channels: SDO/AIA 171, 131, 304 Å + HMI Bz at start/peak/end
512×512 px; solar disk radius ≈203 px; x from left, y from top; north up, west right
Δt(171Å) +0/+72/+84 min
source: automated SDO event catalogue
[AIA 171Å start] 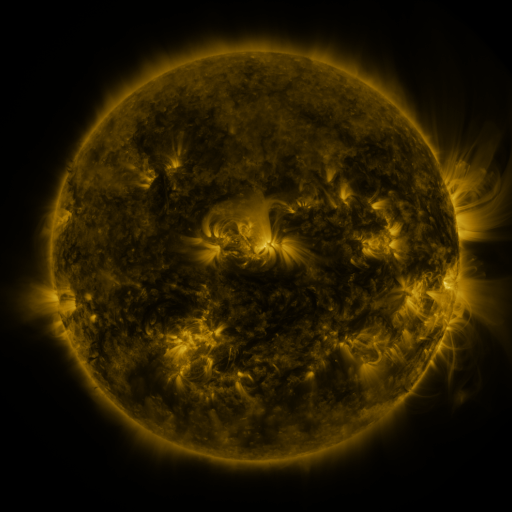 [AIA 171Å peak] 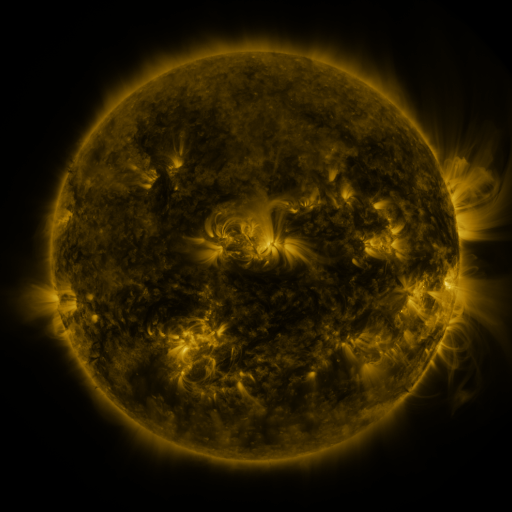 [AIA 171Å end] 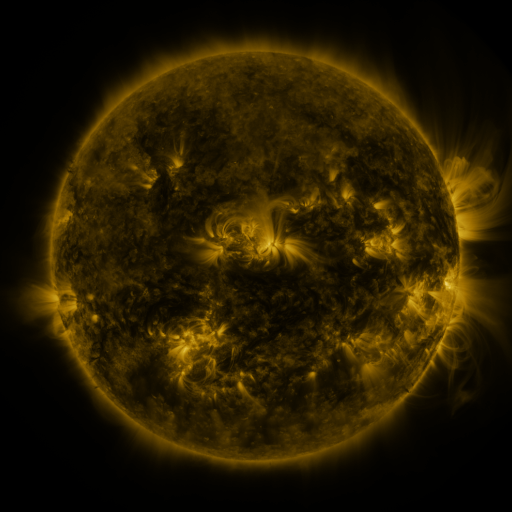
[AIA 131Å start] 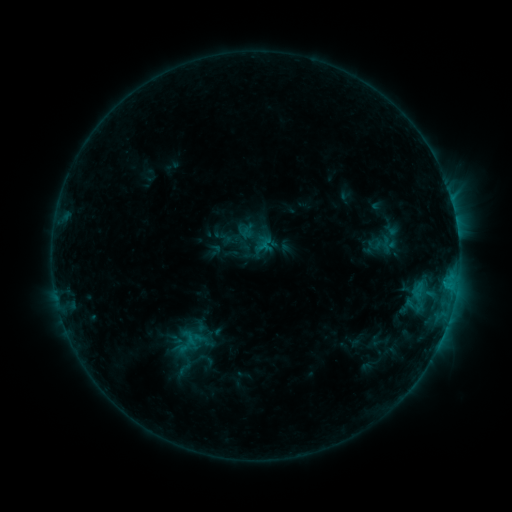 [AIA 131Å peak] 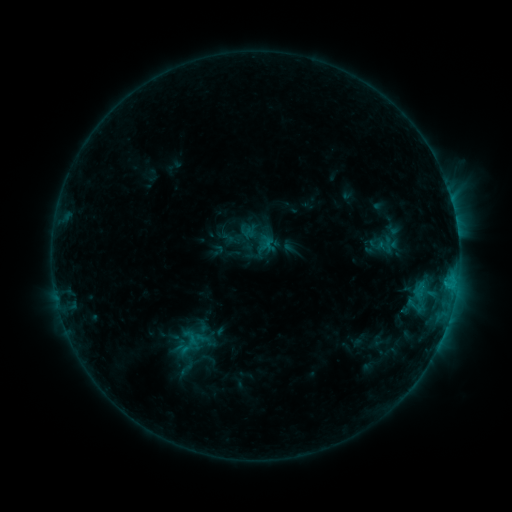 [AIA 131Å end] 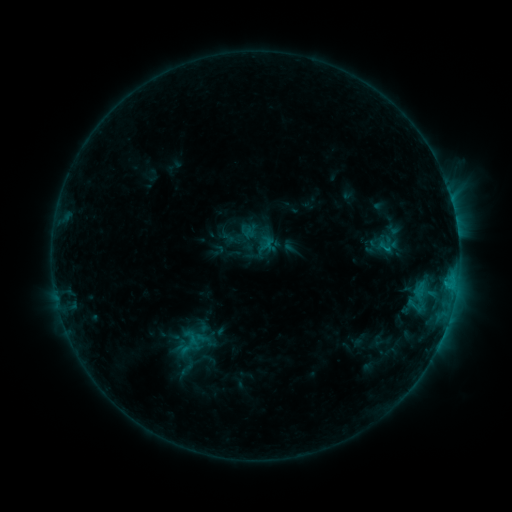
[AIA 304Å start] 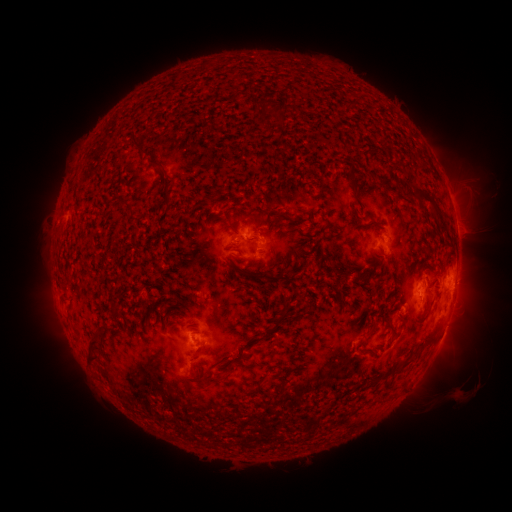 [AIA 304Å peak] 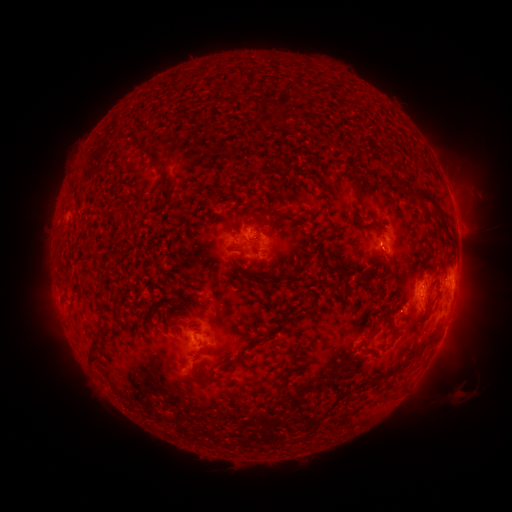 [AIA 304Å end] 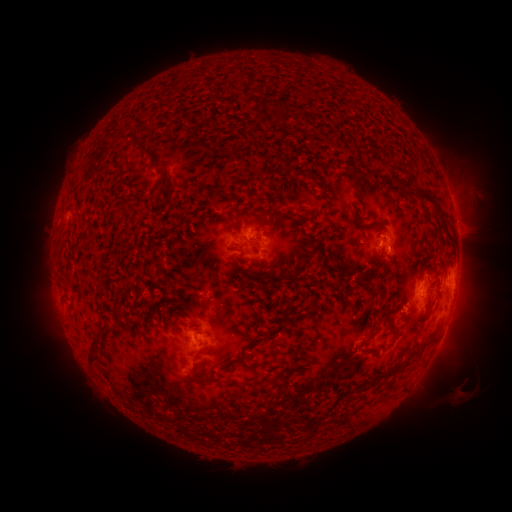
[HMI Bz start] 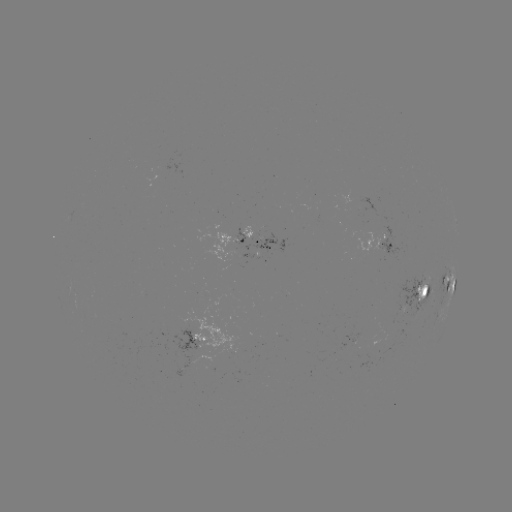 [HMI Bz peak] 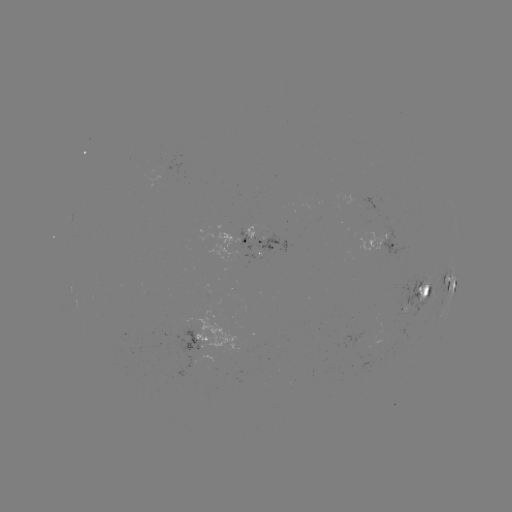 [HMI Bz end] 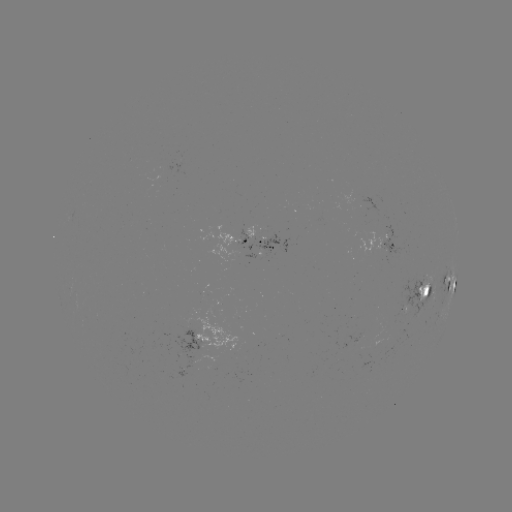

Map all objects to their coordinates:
emerging-flux region: (196, 342)
